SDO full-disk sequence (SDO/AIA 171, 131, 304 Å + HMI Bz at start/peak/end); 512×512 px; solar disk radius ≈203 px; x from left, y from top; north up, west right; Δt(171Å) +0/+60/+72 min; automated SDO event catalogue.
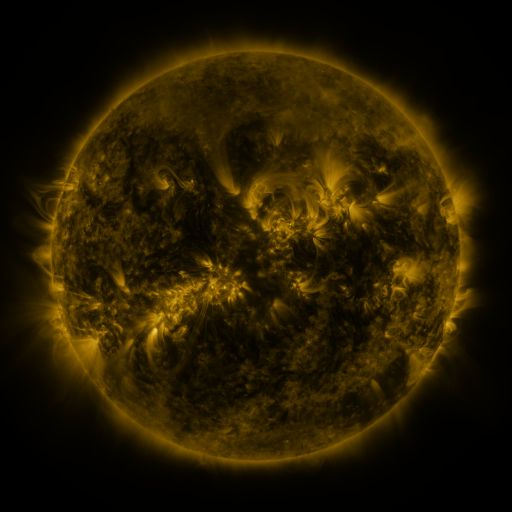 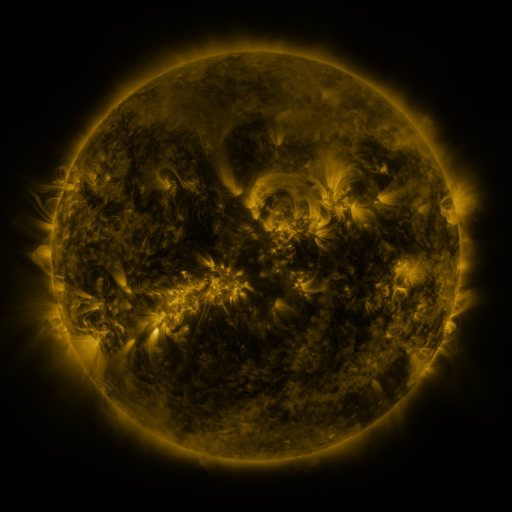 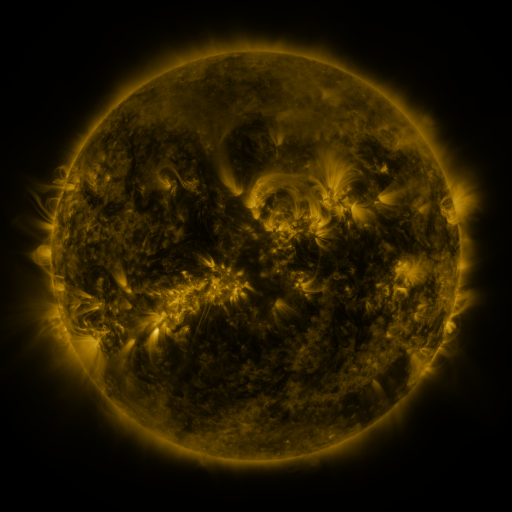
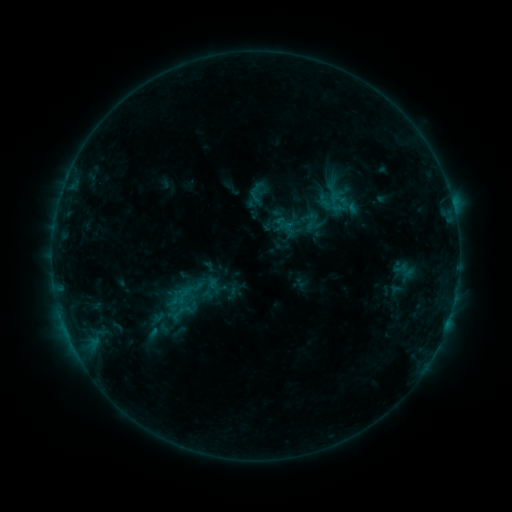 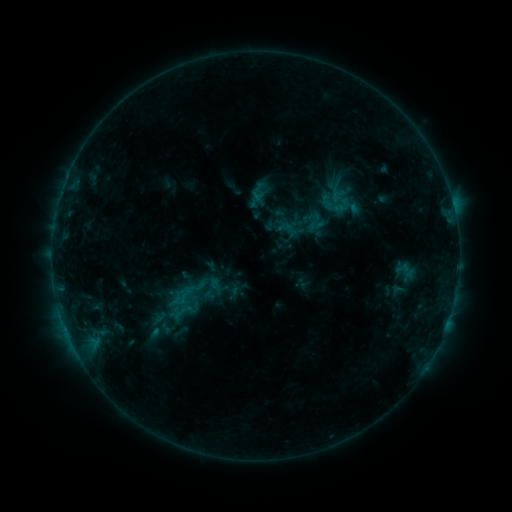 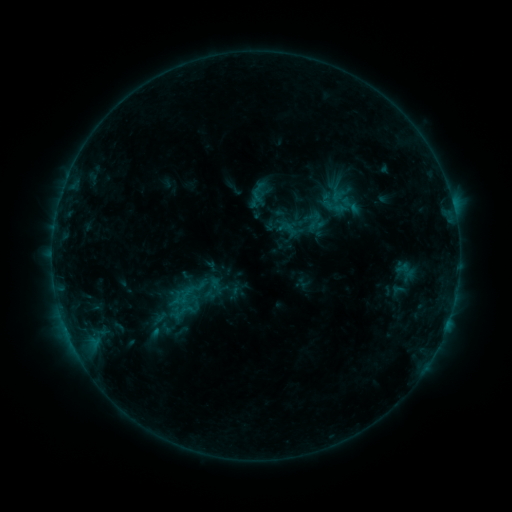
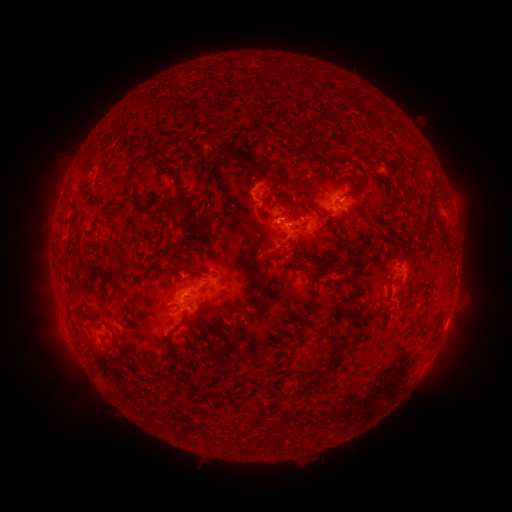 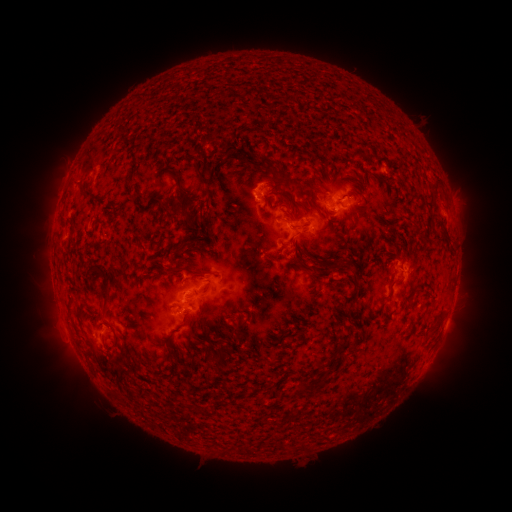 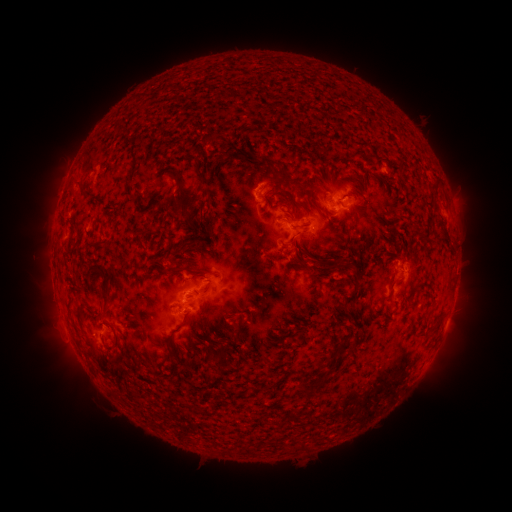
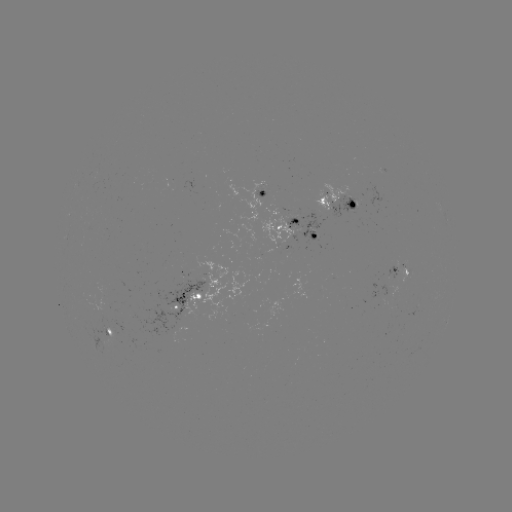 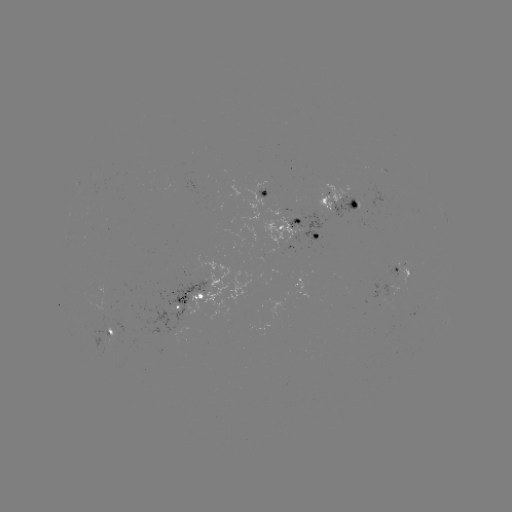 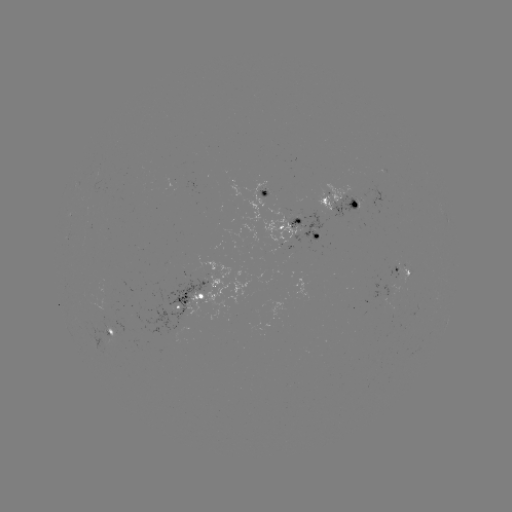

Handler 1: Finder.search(emerging-flux region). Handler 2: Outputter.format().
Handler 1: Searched emerging-flux region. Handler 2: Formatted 306,230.